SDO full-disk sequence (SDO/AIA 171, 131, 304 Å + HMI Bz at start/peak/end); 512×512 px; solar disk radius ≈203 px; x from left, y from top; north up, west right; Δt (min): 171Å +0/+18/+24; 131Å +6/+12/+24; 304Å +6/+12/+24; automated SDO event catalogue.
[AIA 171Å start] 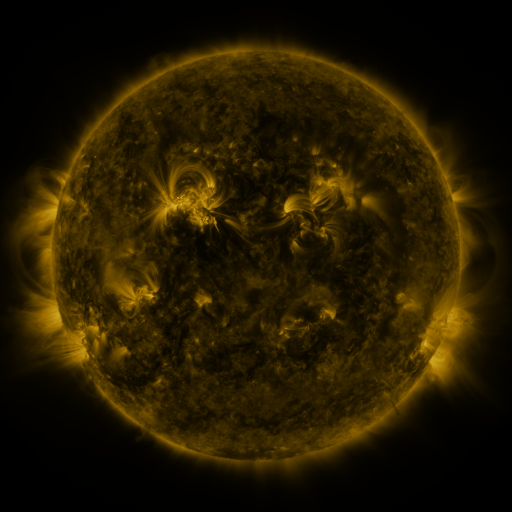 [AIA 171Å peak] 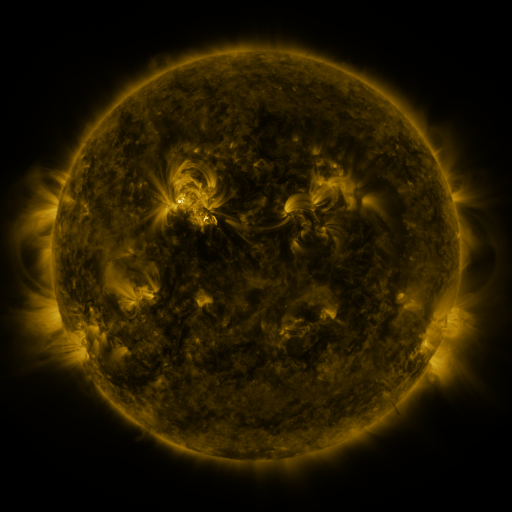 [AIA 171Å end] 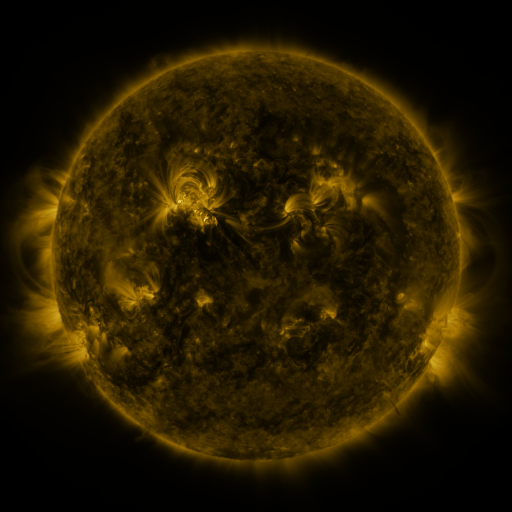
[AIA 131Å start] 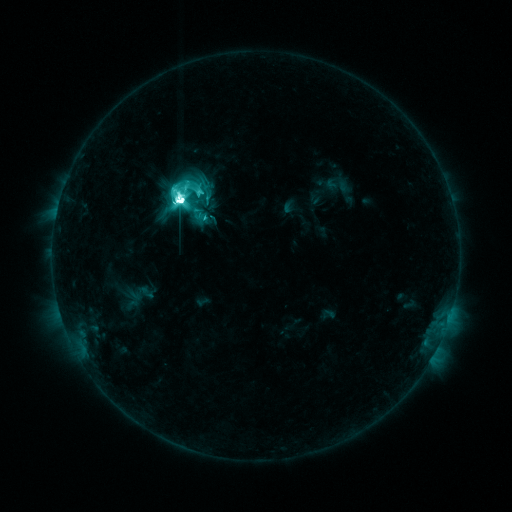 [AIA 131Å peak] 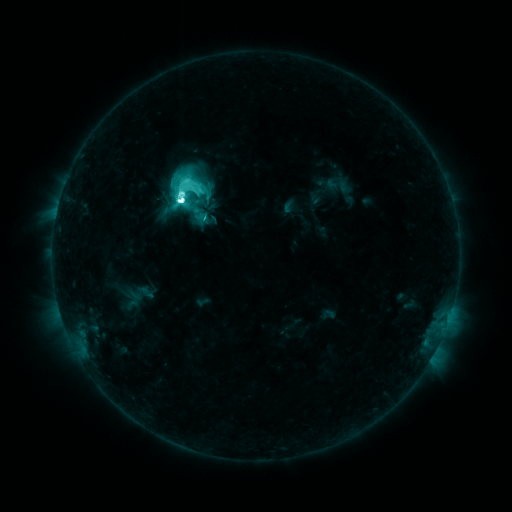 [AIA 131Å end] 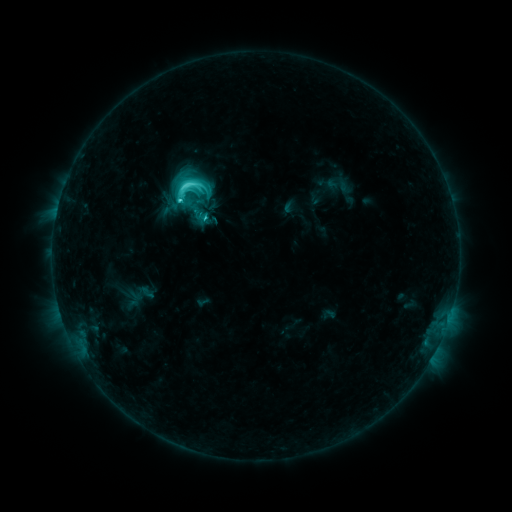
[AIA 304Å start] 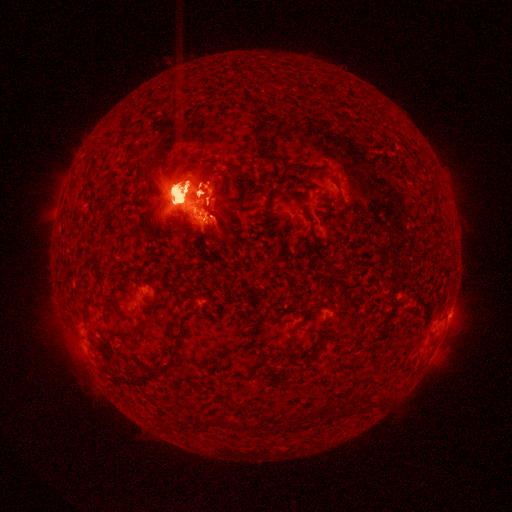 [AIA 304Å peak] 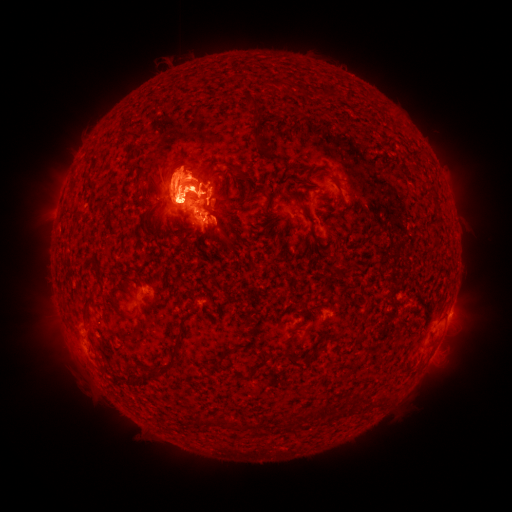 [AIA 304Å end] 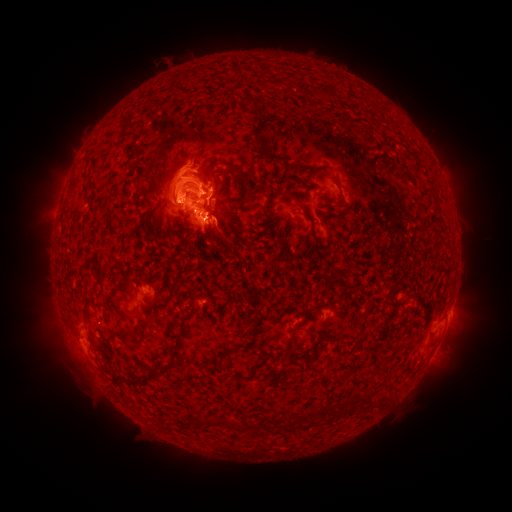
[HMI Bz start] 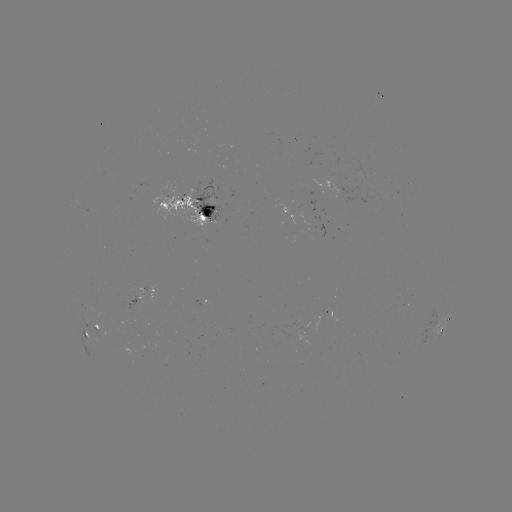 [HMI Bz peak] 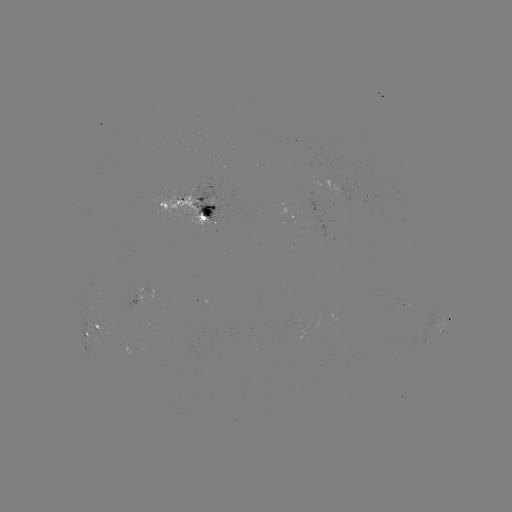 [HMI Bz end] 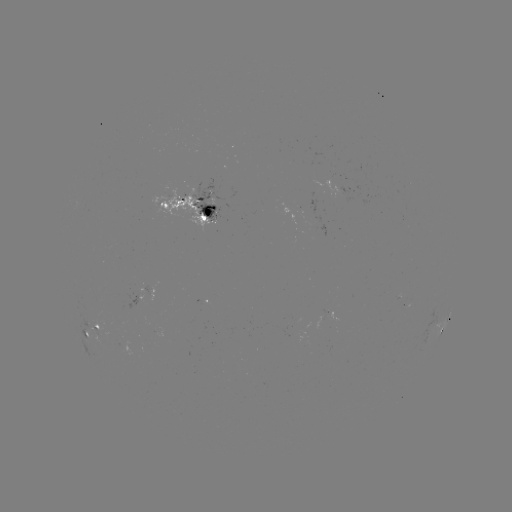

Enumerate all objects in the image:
eruption: (456, 344)
